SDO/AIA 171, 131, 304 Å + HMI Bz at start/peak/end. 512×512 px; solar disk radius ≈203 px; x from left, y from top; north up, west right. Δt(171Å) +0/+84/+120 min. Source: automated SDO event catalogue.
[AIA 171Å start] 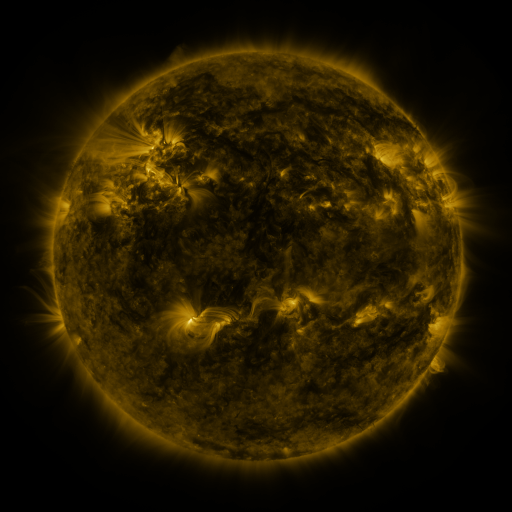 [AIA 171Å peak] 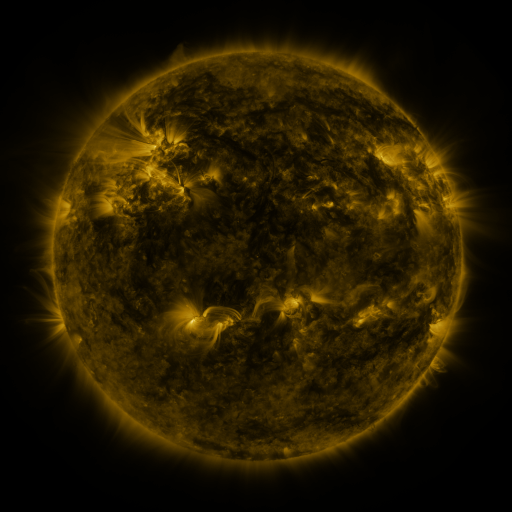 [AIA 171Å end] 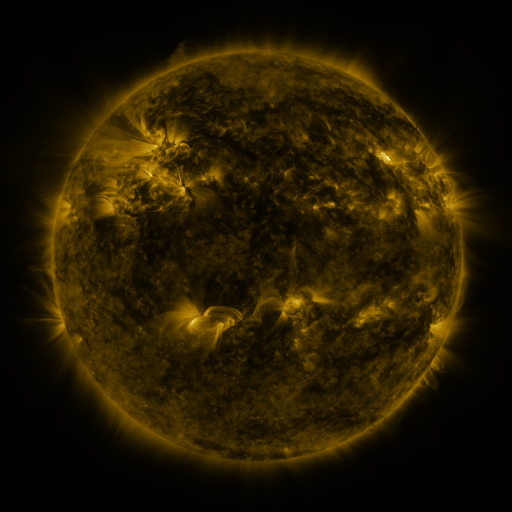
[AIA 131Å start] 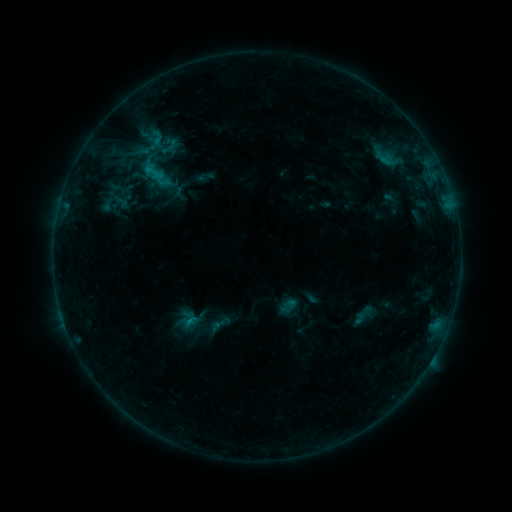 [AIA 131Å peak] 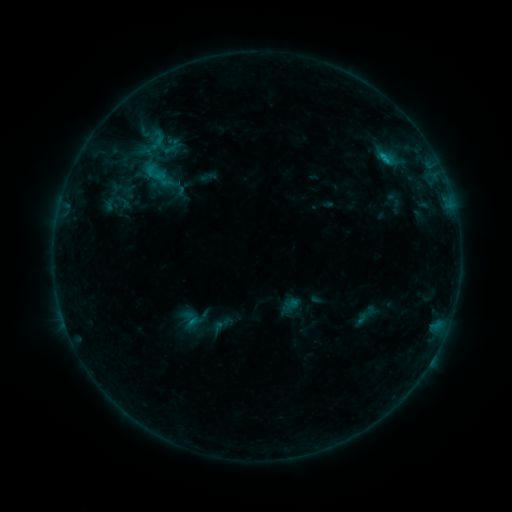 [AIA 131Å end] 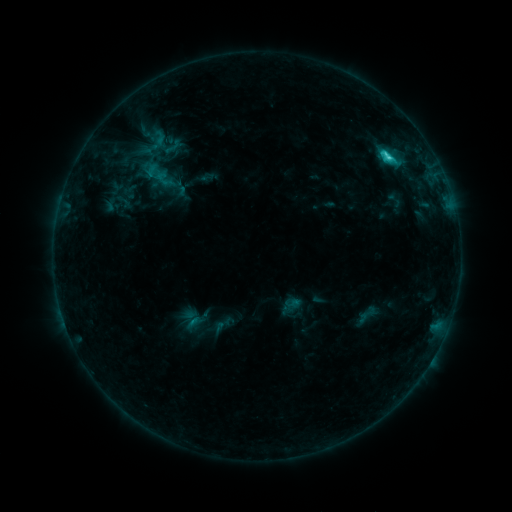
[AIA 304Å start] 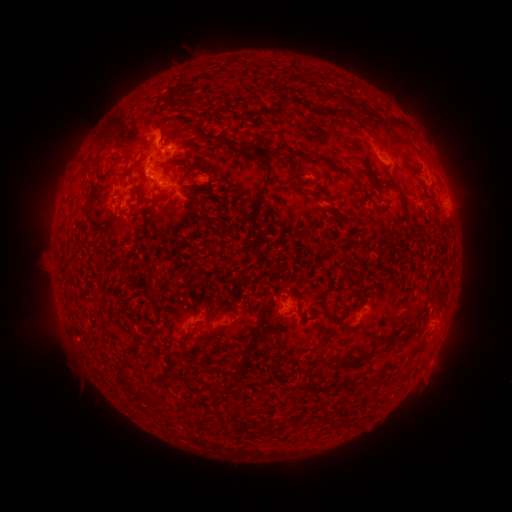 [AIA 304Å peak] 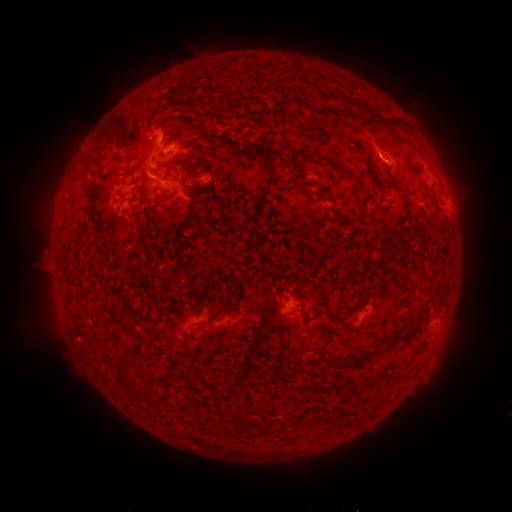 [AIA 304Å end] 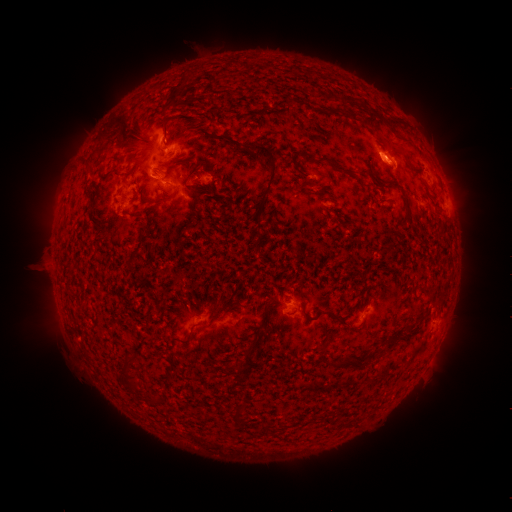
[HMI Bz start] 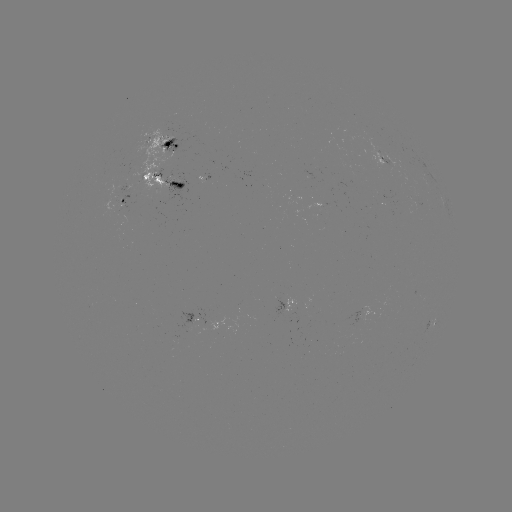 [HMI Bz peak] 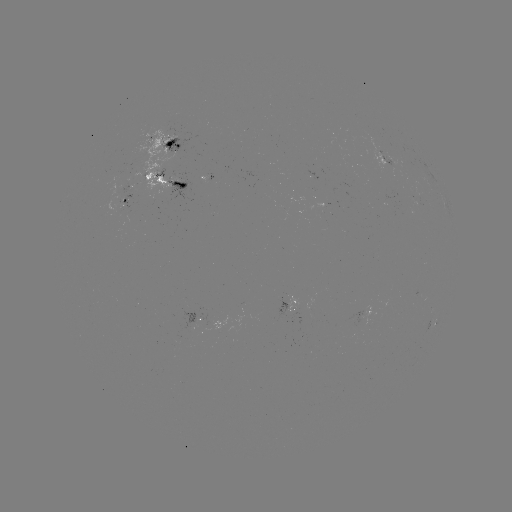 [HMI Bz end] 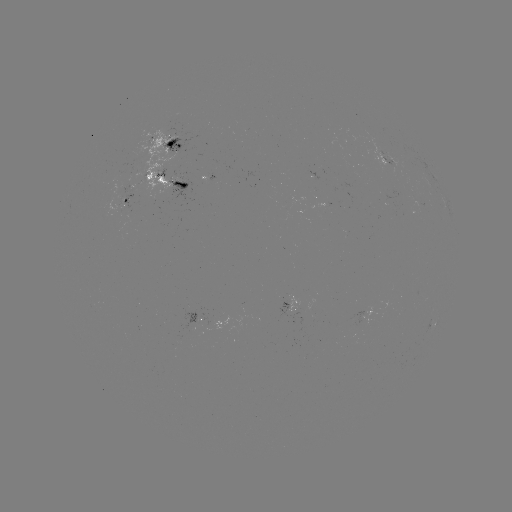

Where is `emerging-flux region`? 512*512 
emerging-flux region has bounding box [291, 296, 314, 325].